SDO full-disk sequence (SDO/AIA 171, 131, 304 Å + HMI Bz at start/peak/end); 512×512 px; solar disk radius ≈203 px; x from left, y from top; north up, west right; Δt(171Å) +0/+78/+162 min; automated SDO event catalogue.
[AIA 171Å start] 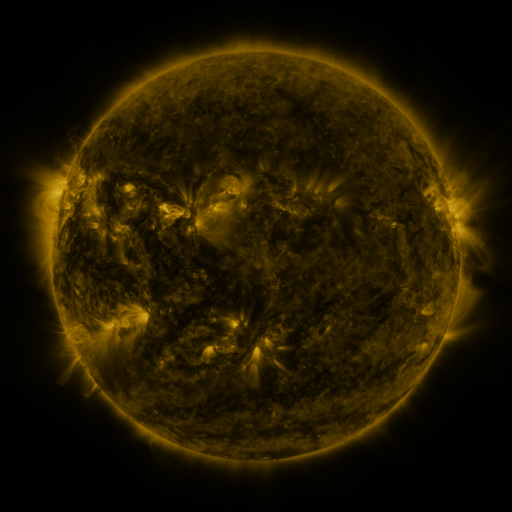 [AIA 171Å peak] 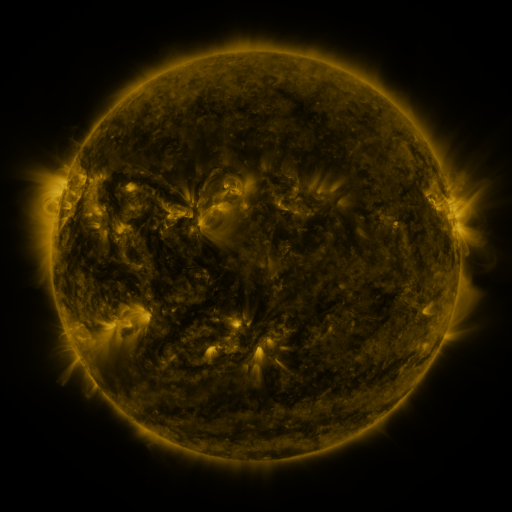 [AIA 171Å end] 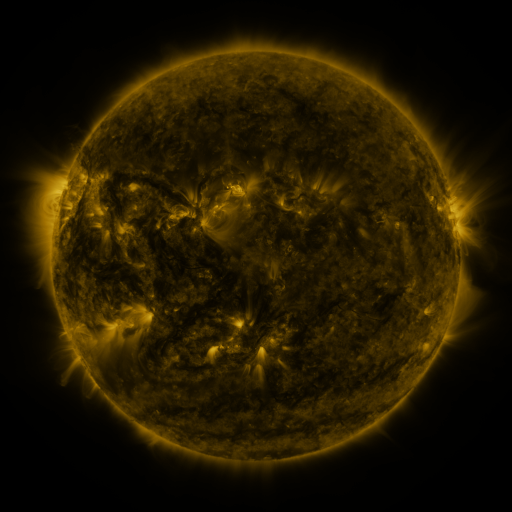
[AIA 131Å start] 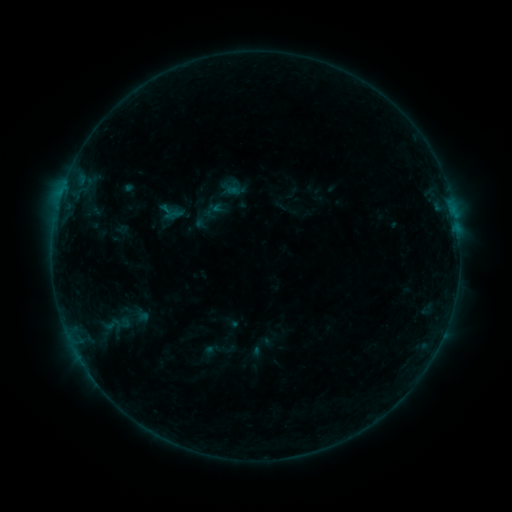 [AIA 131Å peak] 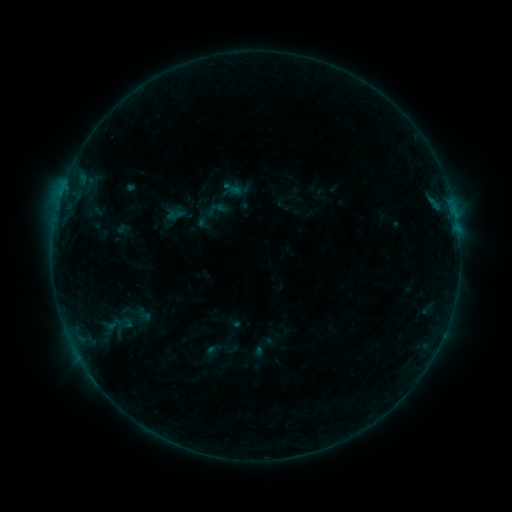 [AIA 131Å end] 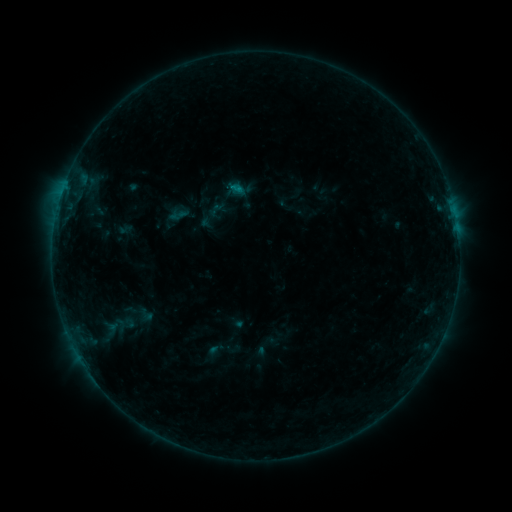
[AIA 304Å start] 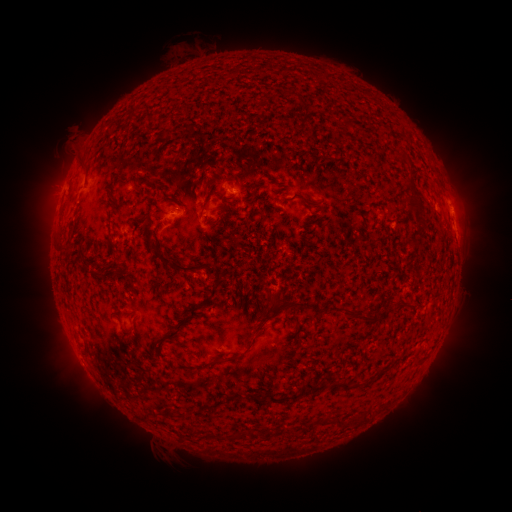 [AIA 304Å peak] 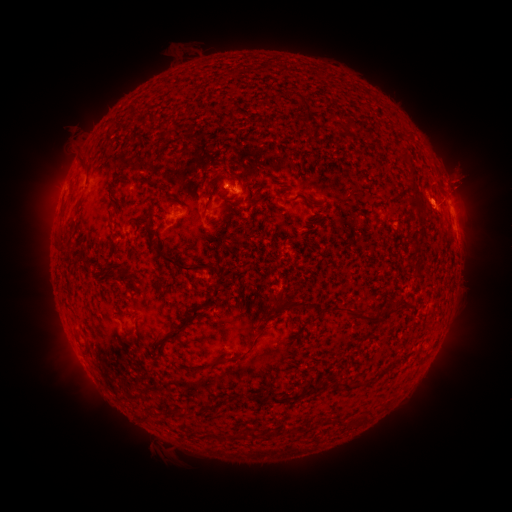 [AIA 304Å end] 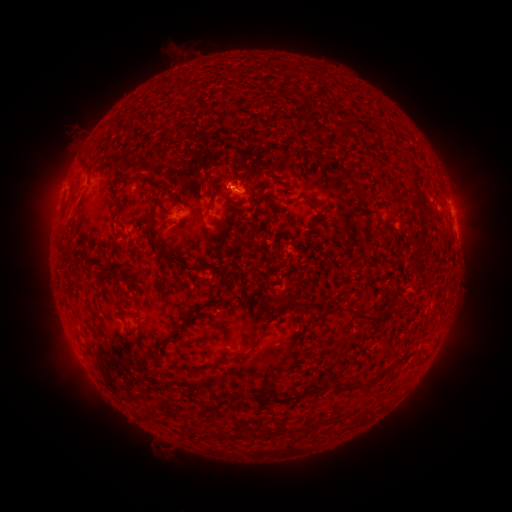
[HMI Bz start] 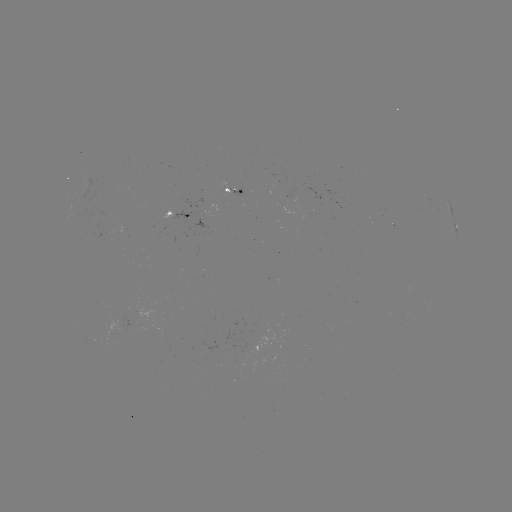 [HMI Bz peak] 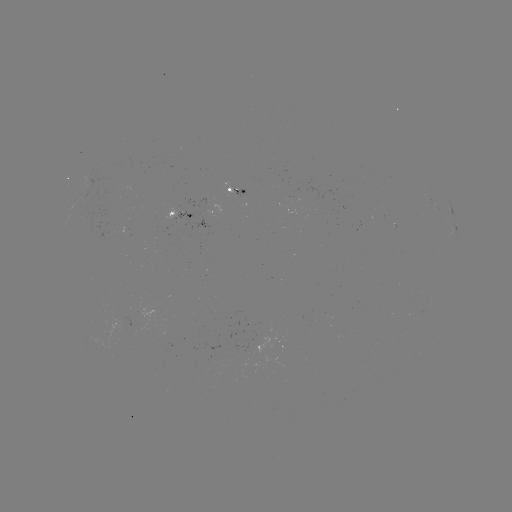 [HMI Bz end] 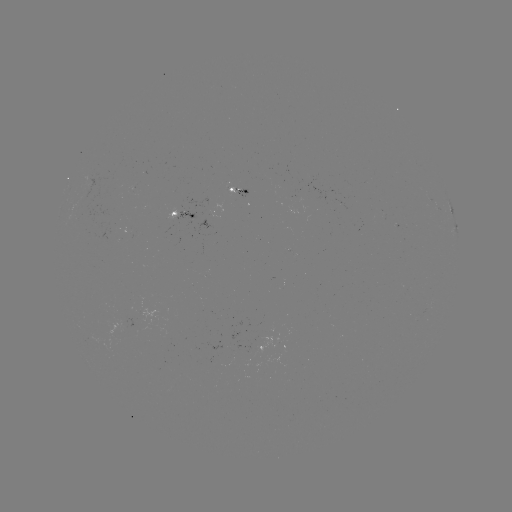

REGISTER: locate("filament eruption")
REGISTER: [460, 156]